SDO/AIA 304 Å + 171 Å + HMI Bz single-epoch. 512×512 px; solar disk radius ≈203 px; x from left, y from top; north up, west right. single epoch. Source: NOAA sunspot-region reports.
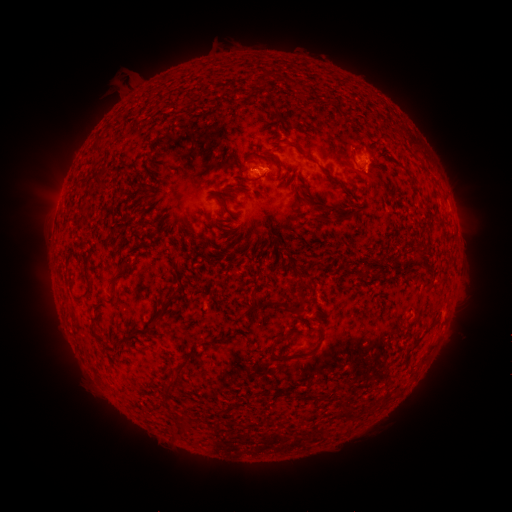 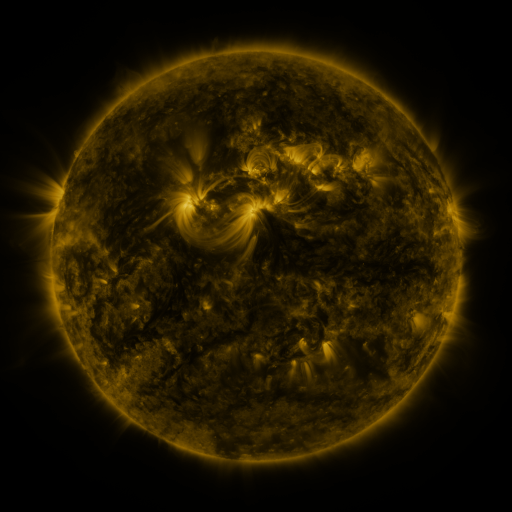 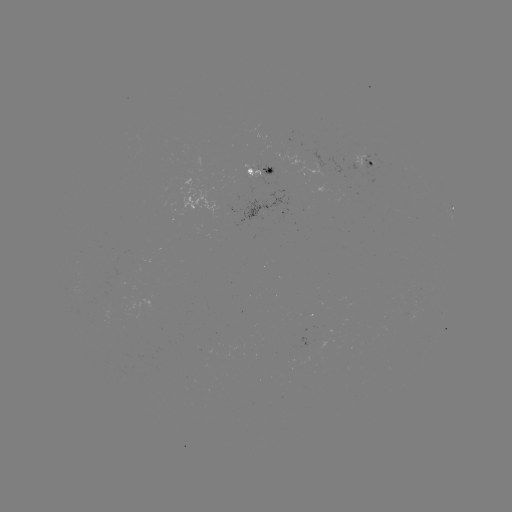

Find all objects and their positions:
spotted active region: (368, 159)
spotted active region: (259, 167)
spotted active region: (453, 213)
